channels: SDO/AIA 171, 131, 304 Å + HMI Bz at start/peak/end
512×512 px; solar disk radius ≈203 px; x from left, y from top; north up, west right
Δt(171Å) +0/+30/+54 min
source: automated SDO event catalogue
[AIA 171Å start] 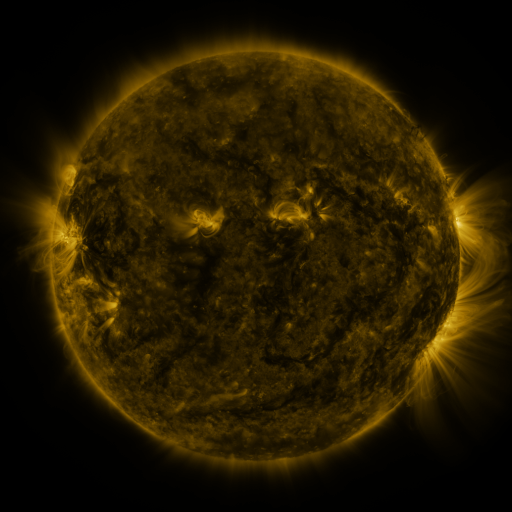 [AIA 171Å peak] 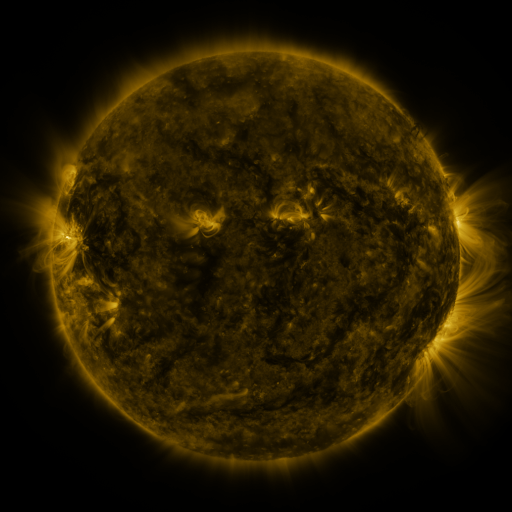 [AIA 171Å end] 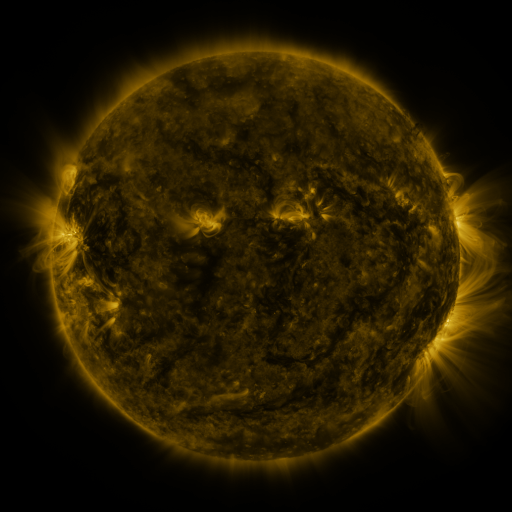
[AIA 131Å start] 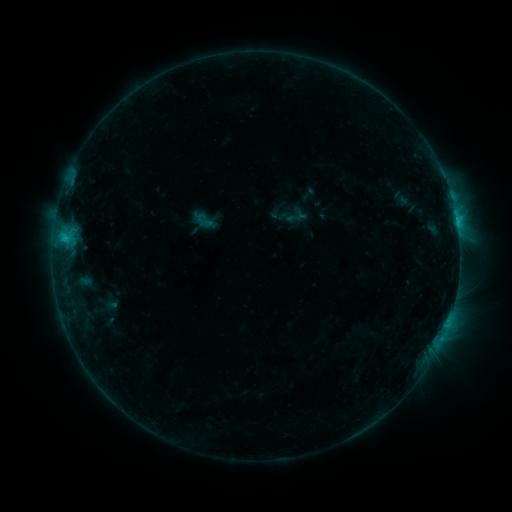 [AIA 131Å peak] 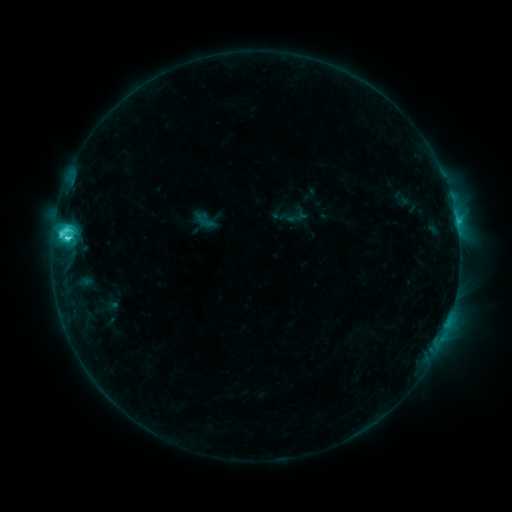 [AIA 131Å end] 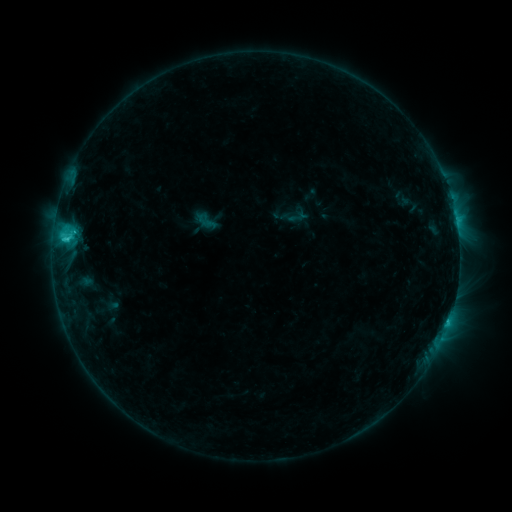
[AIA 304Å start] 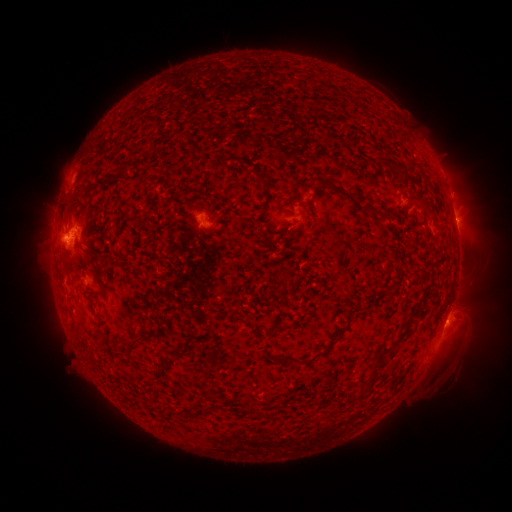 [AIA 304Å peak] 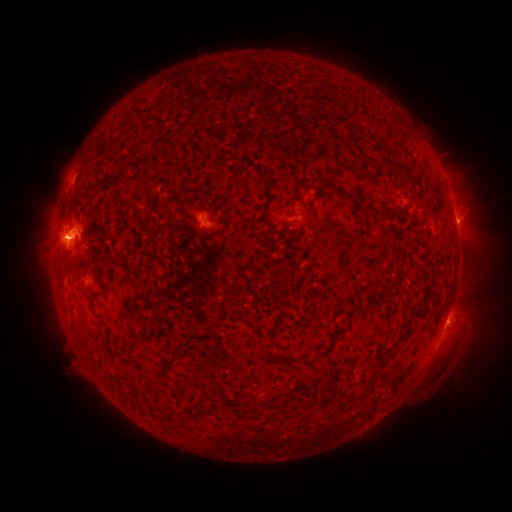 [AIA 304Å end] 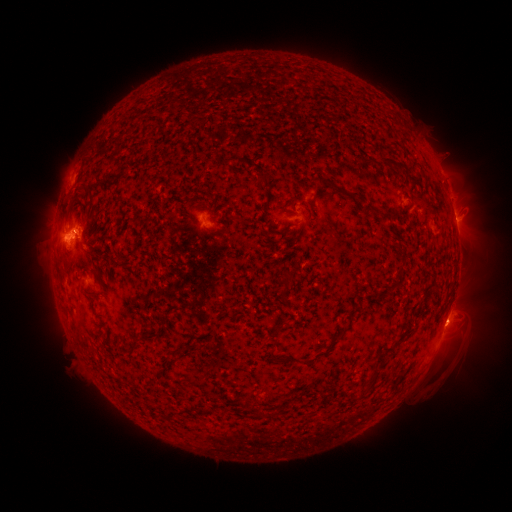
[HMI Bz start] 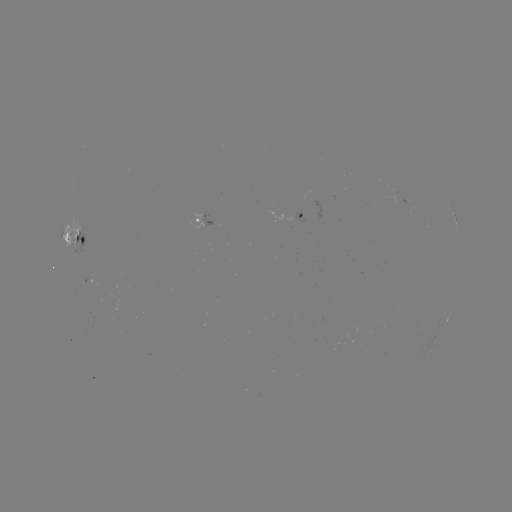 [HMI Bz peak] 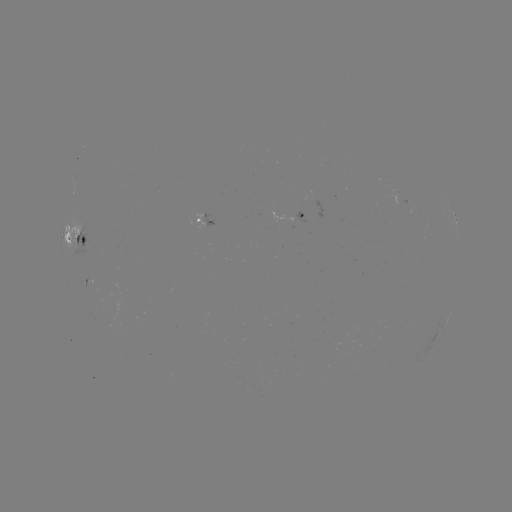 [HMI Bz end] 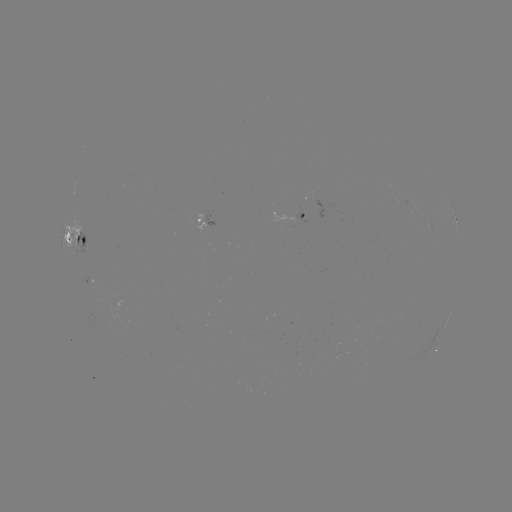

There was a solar flare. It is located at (68, 240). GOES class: C4.6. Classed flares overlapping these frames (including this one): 1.